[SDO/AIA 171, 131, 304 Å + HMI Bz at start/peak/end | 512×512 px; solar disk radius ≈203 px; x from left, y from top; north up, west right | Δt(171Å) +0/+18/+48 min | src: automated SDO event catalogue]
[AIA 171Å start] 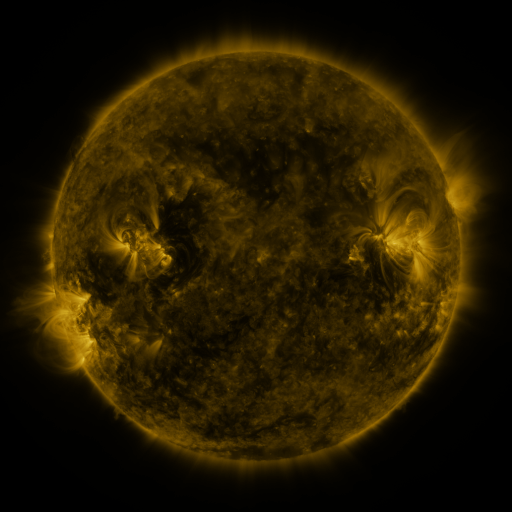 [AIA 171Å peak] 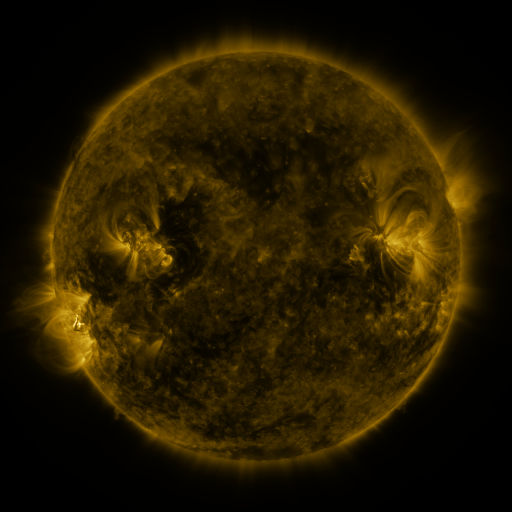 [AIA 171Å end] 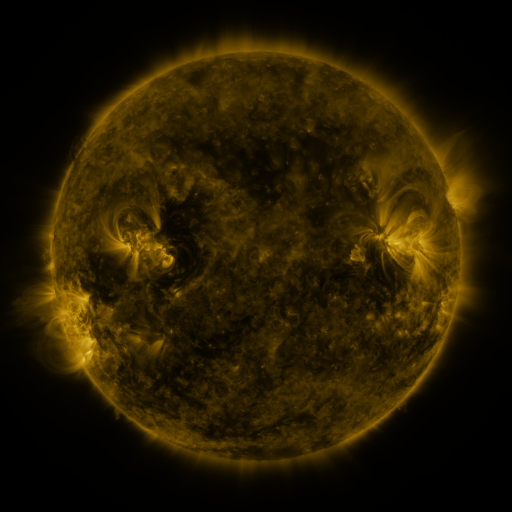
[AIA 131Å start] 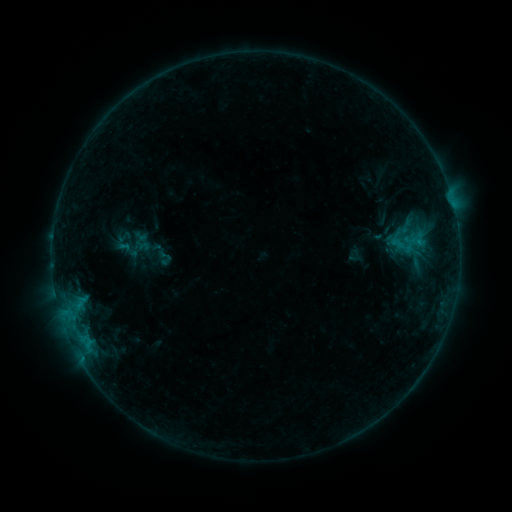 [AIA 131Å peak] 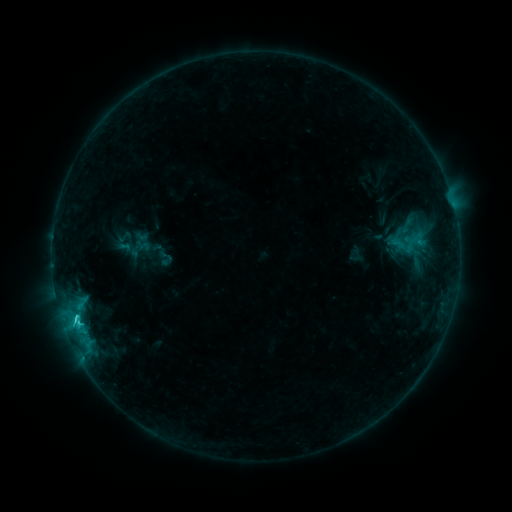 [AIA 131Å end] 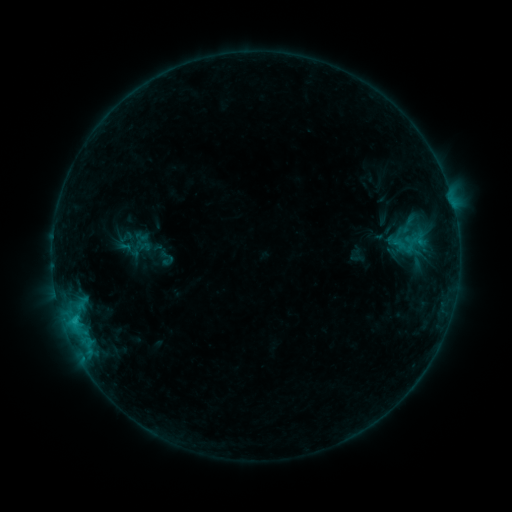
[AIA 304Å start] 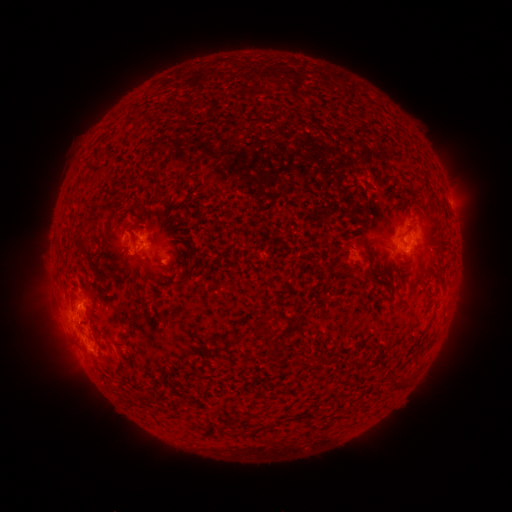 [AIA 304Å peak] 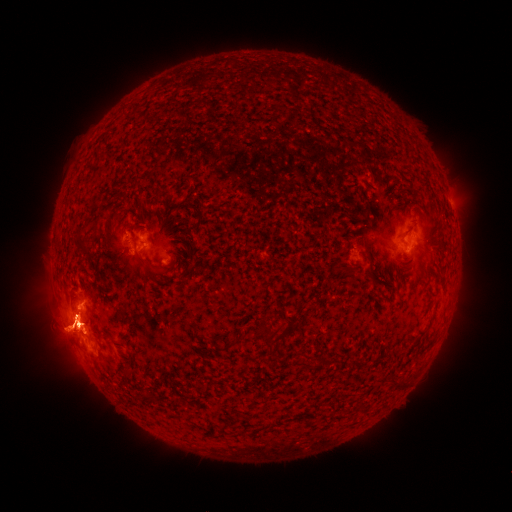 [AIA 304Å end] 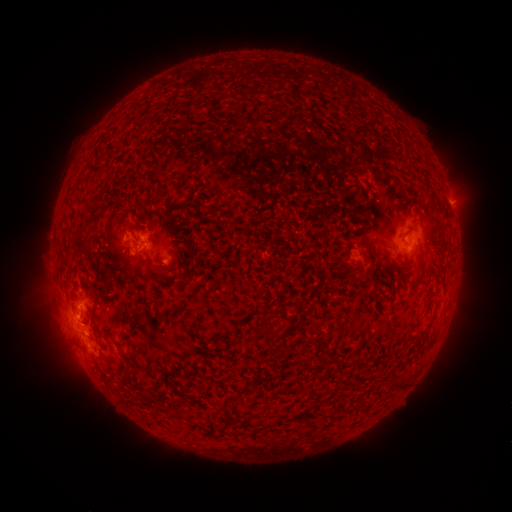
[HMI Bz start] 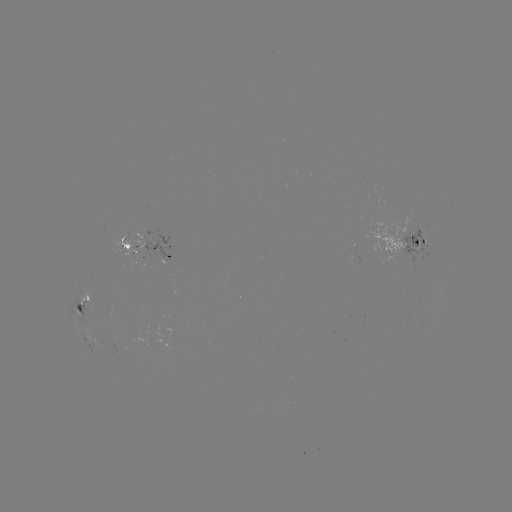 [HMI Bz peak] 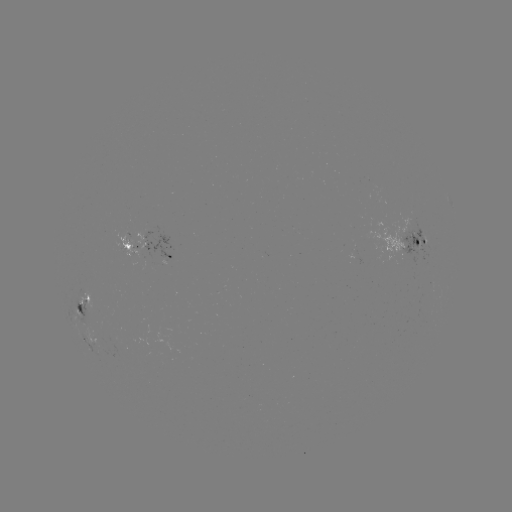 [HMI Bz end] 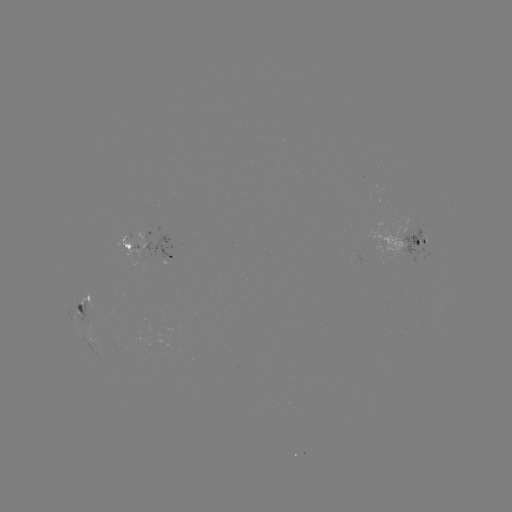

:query C2.5 flare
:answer [76, 320]